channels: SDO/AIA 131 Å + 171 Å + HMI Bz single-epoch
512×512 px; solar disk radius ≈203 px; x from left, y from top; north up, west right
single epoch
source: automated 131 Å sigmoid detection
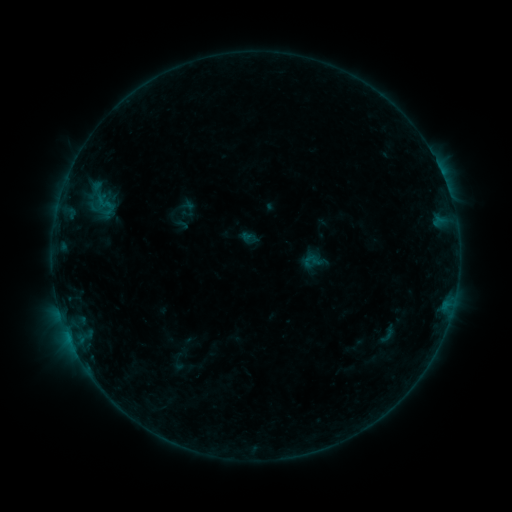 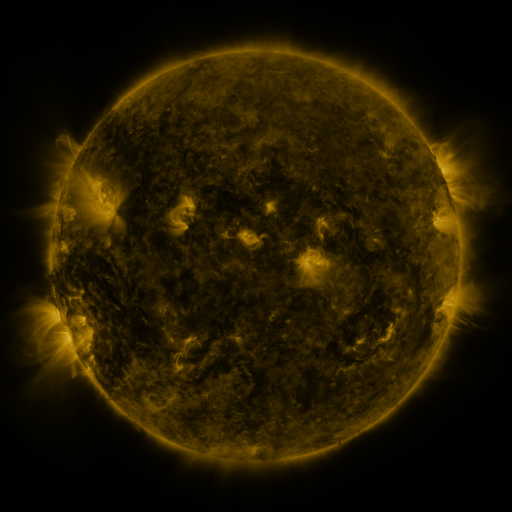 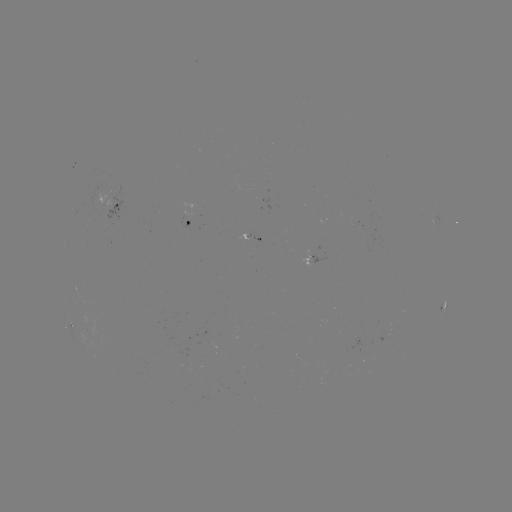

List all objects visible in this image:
sigmoid: (95, 192, 113, 215)
sigmoid: (376, 322, 400, 345)
